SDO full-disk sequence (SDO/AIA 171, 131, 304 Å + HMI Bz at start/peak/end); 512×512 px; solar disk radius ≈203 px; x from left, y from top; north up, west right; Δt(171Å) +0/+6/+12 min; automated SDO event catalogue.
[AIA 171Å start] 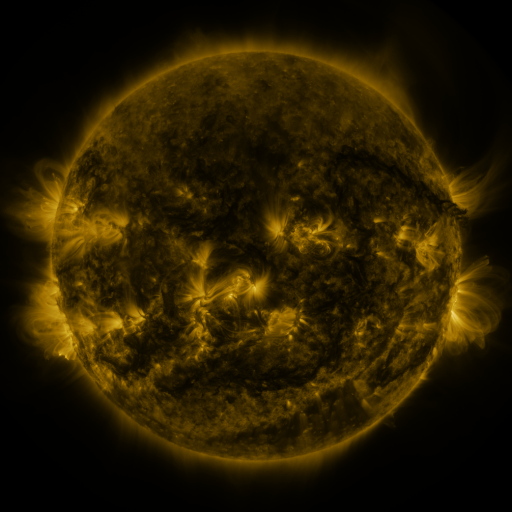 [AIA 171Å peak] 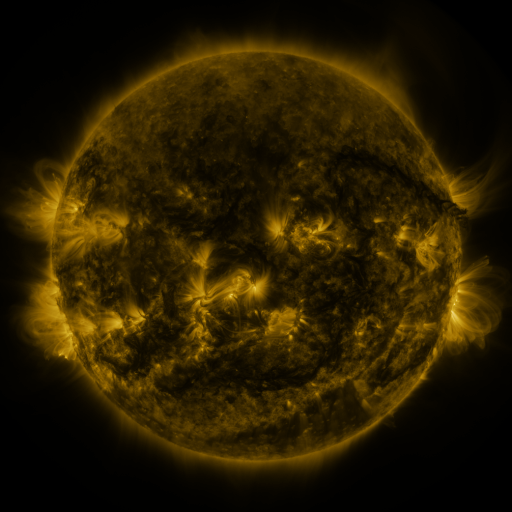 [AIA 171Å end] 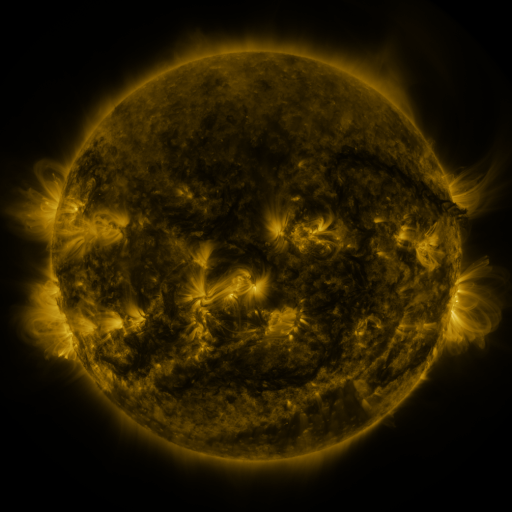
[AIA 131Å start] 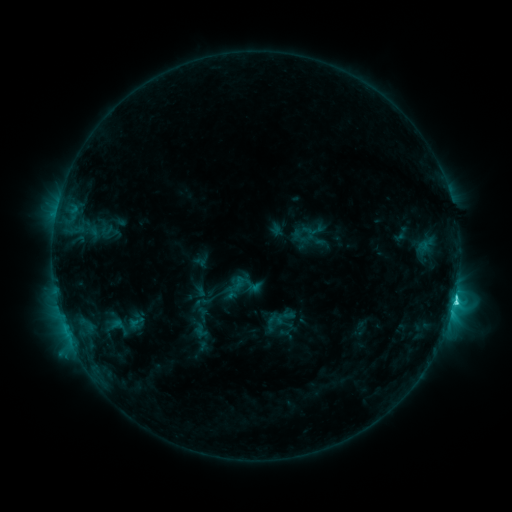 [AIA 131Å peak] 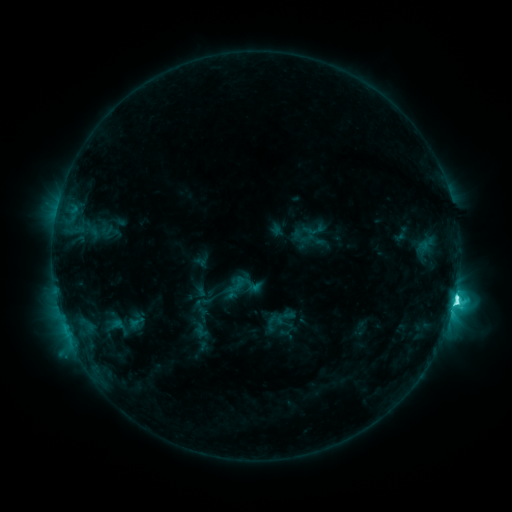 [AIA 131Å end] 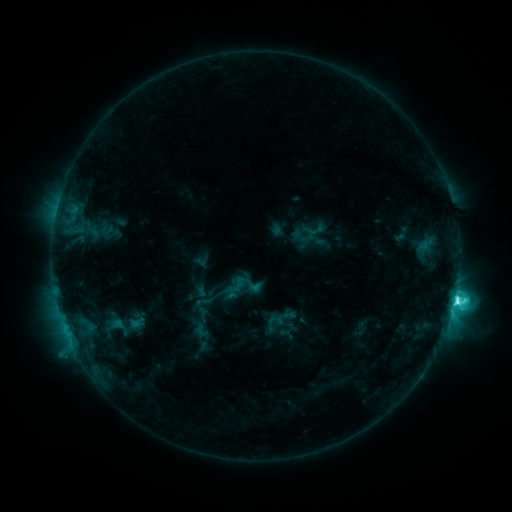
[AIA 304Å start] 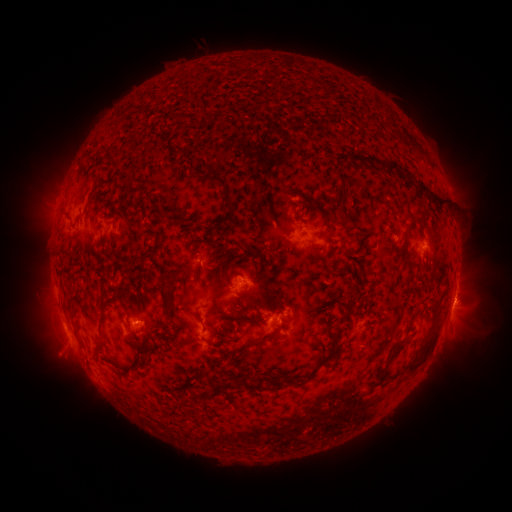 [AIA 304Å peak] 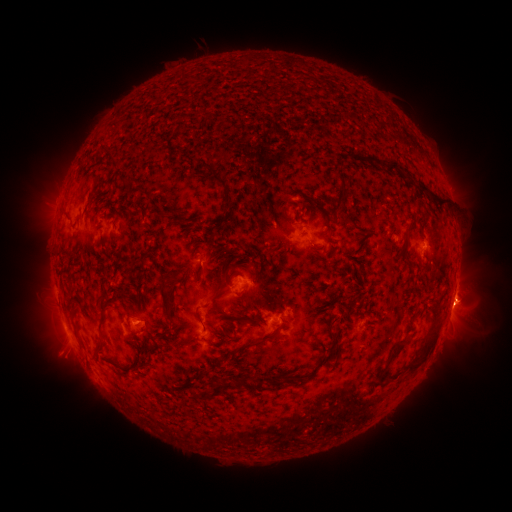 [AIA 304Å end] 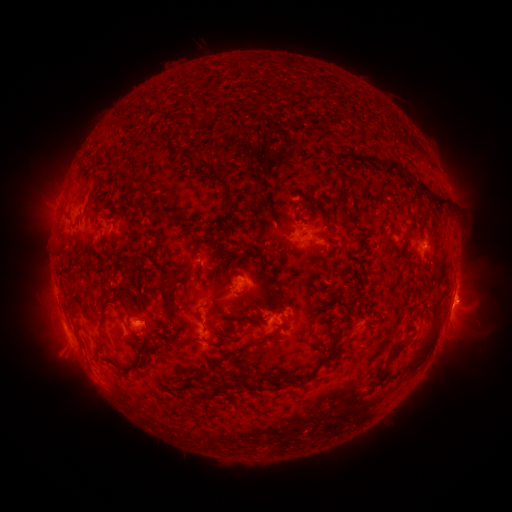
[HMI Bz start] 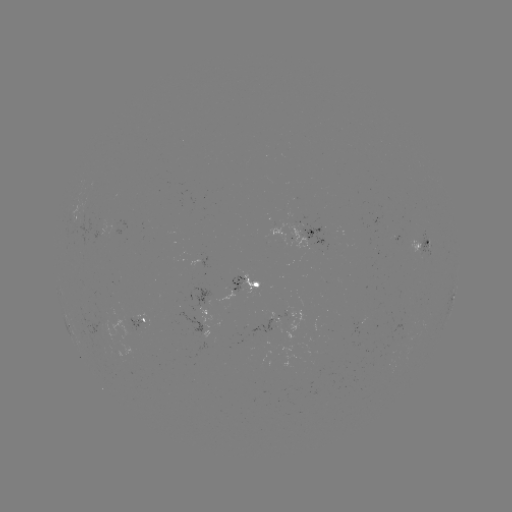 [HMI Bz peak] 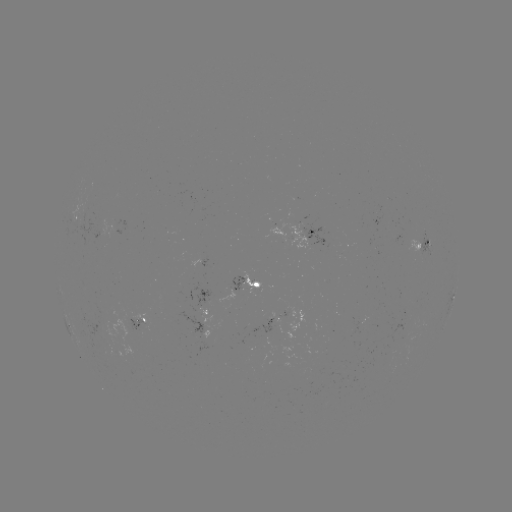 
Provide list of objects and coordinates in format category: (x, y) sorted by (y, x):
eruption: (459, 306)
